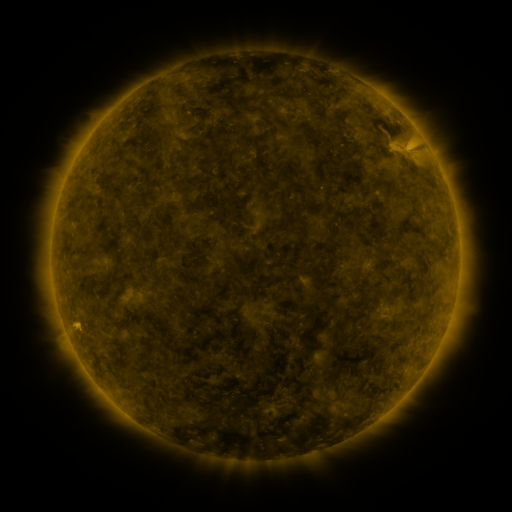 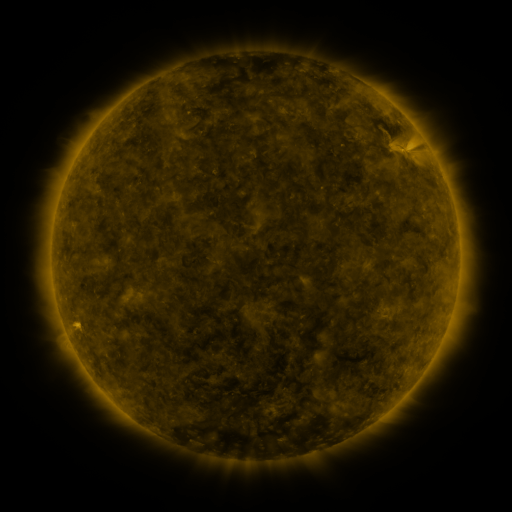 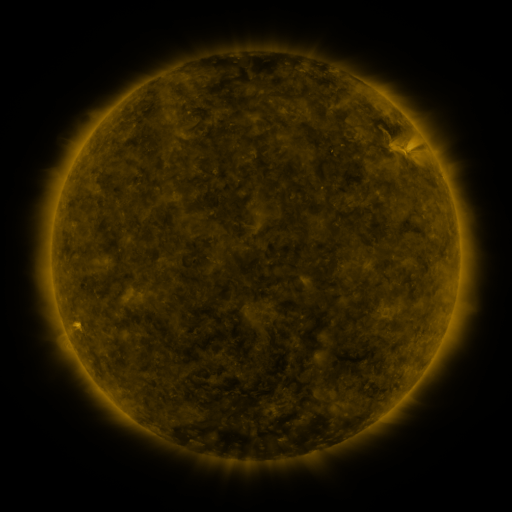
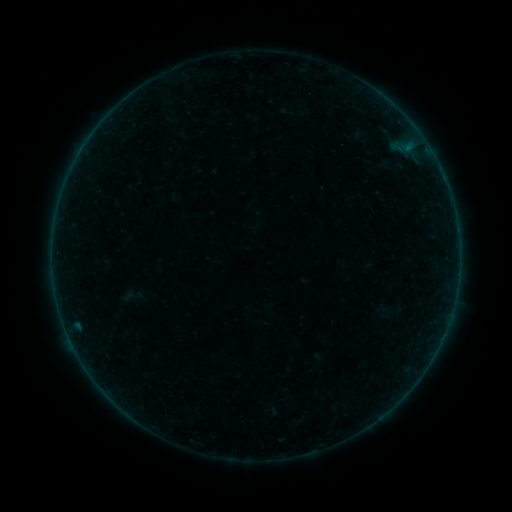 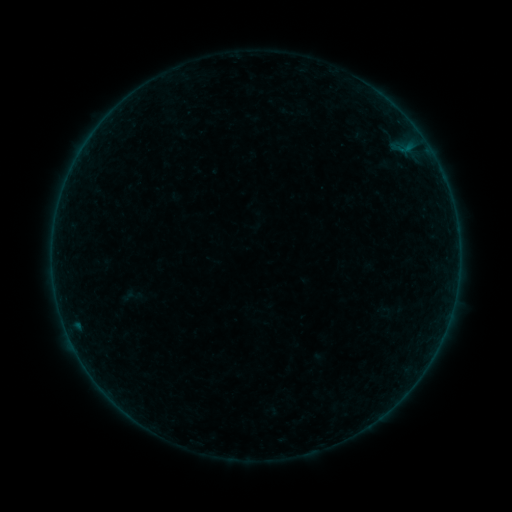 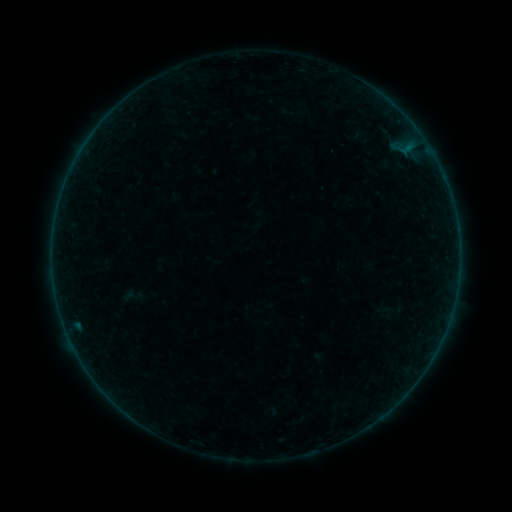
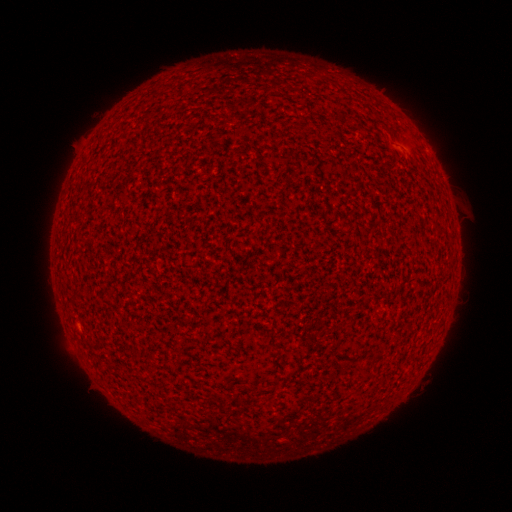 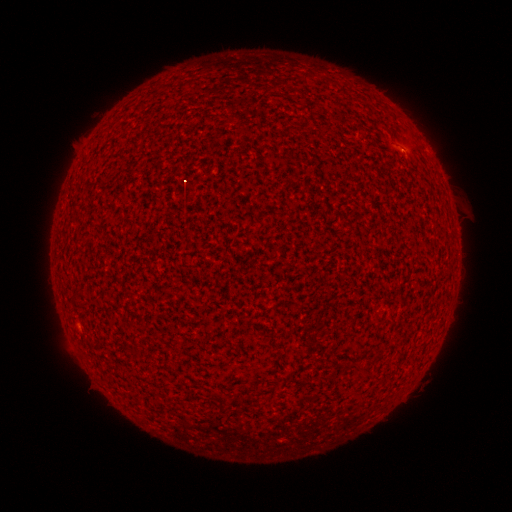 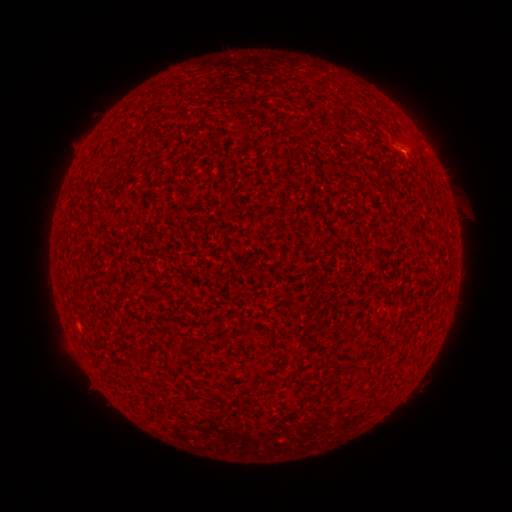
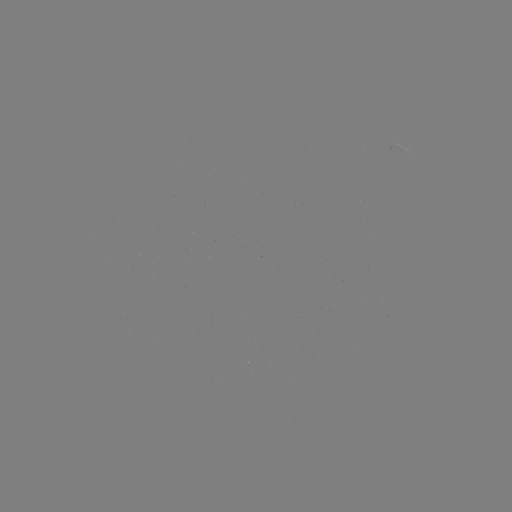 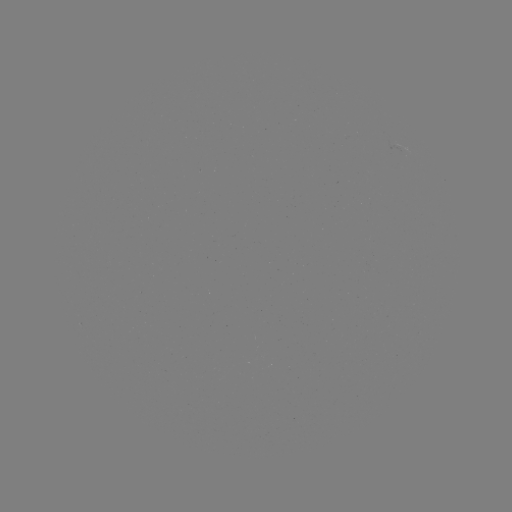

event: flare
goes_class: A3.3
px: (404, 153)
